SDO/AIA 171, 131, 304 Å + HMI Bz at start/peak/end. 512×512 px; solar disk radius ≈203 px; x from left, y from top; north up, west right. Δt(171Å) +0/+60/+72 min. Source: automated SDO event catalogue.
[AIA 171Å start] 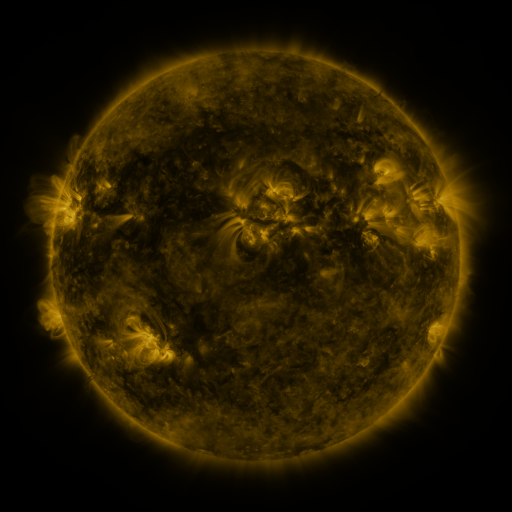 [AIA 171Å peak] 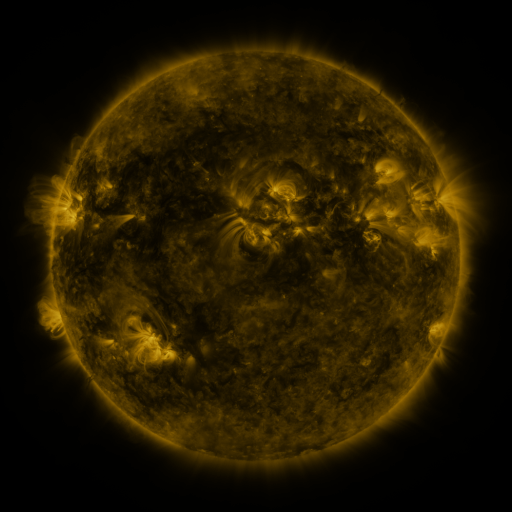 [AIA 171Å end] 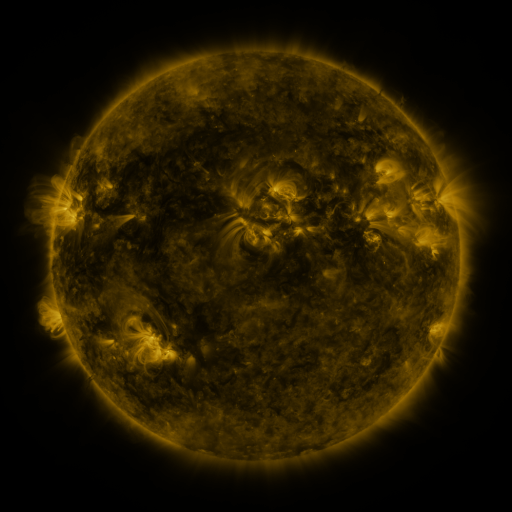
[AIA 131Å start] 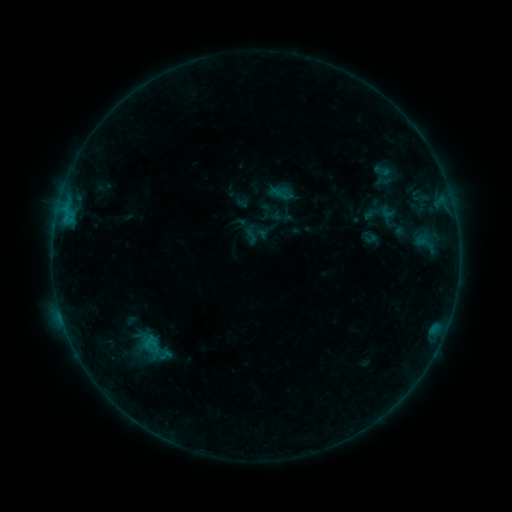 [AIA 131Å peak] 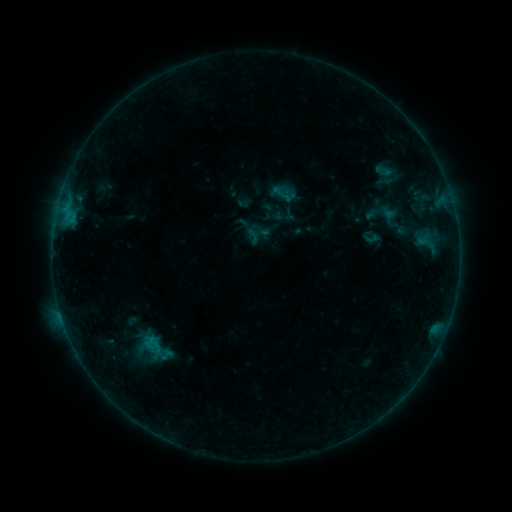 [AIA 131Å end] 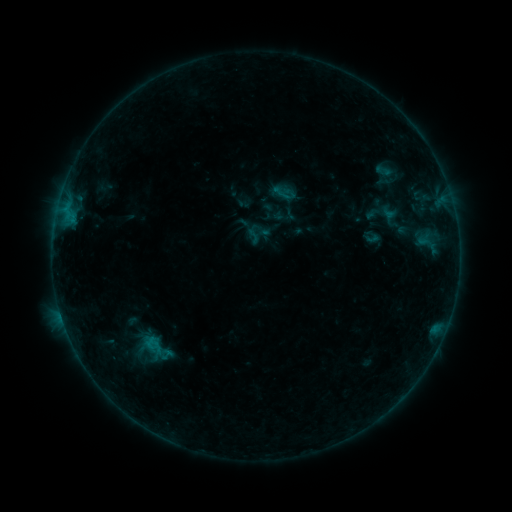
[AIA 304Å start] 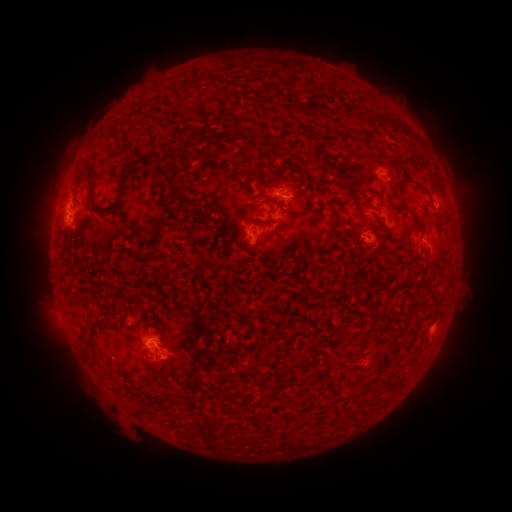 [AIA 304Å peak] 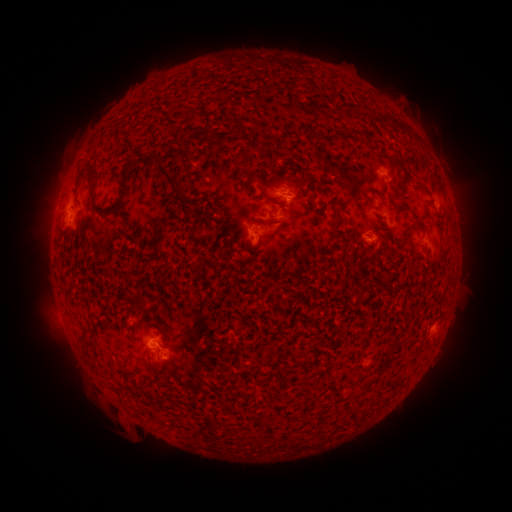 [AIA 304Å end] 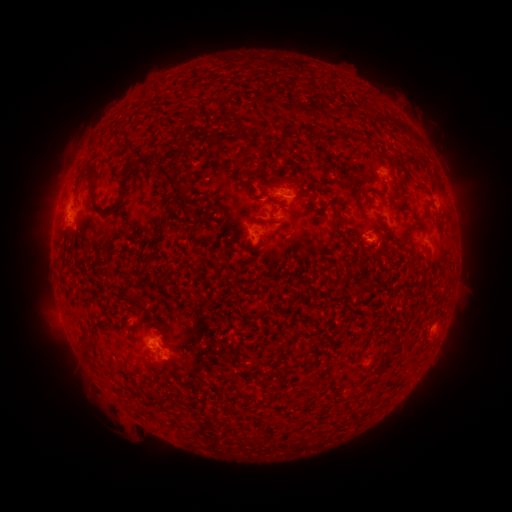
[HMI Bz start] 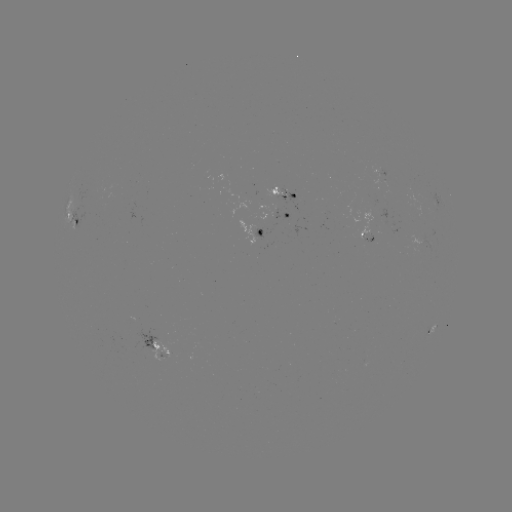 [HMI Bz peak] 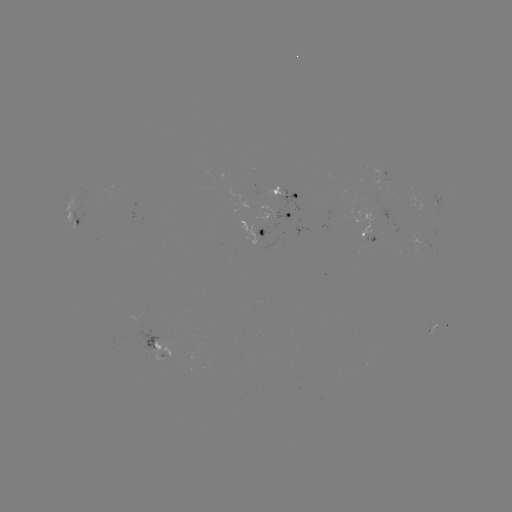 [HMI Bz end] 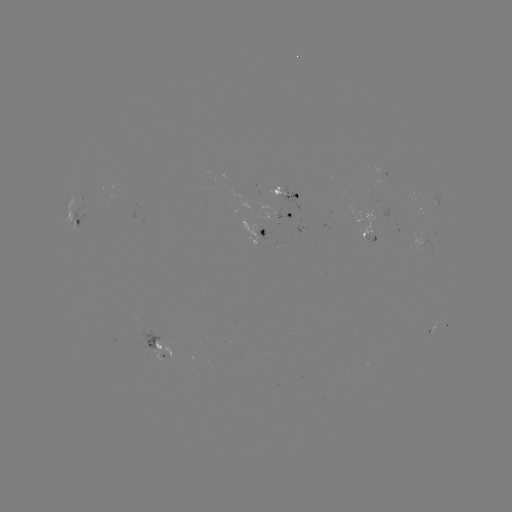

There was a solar emerging-flux region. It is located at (256, 238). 